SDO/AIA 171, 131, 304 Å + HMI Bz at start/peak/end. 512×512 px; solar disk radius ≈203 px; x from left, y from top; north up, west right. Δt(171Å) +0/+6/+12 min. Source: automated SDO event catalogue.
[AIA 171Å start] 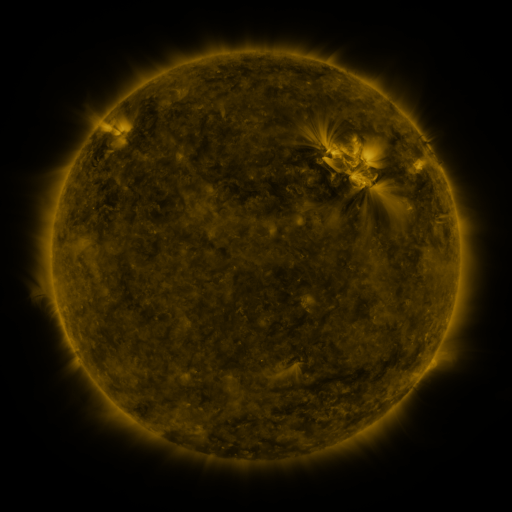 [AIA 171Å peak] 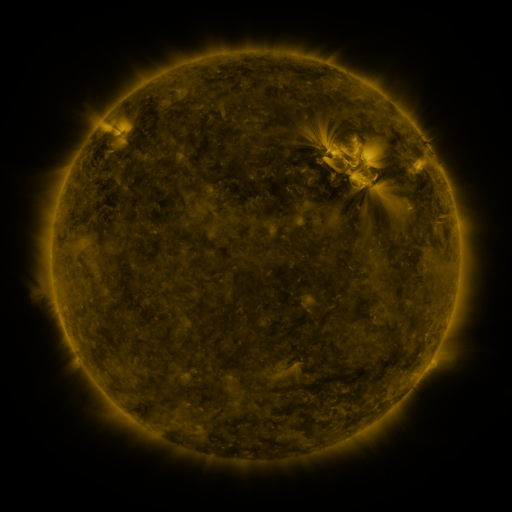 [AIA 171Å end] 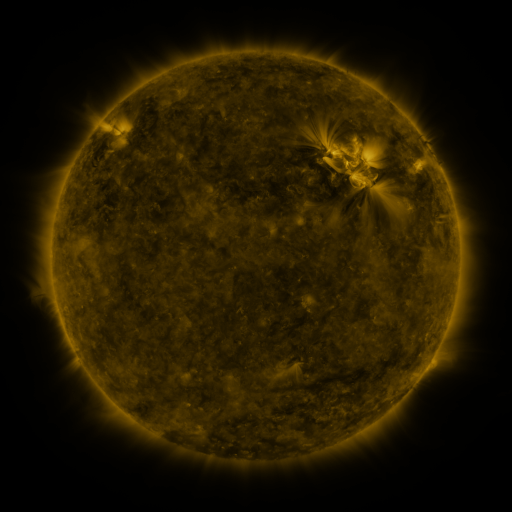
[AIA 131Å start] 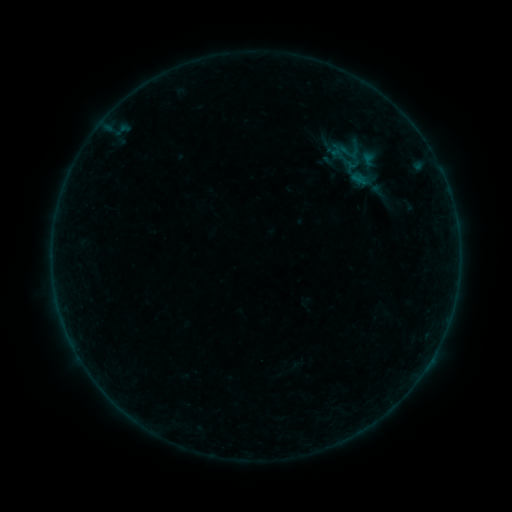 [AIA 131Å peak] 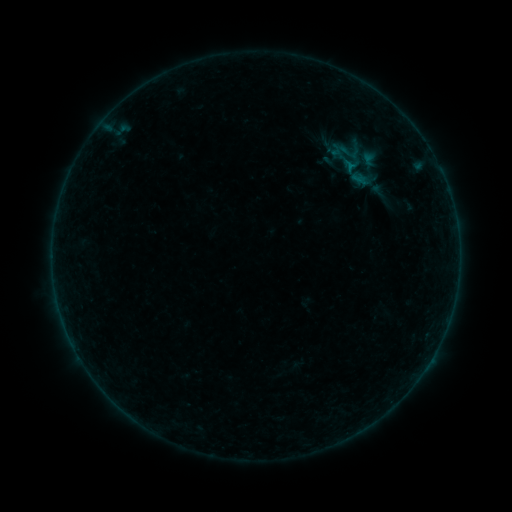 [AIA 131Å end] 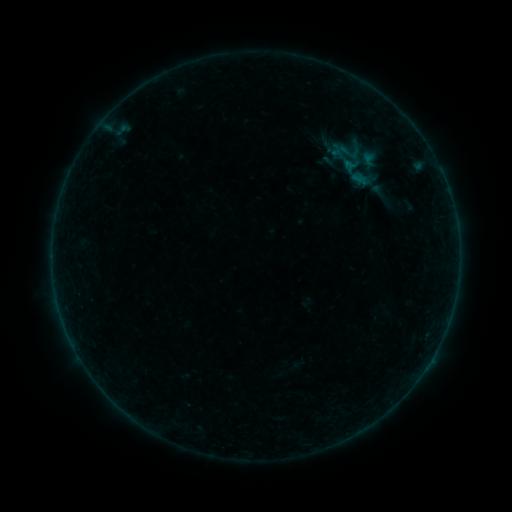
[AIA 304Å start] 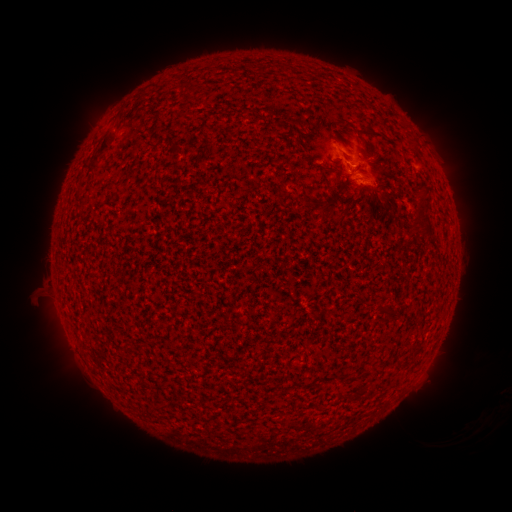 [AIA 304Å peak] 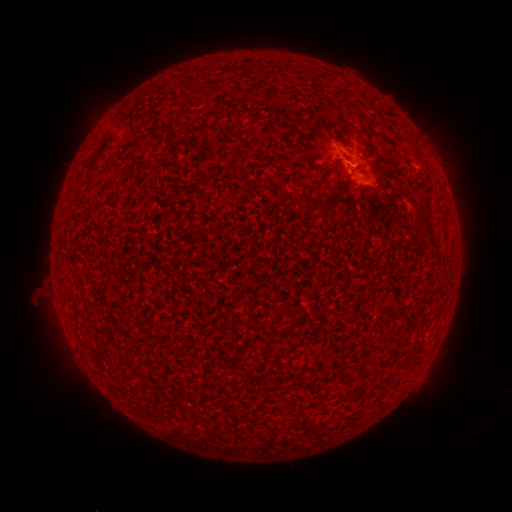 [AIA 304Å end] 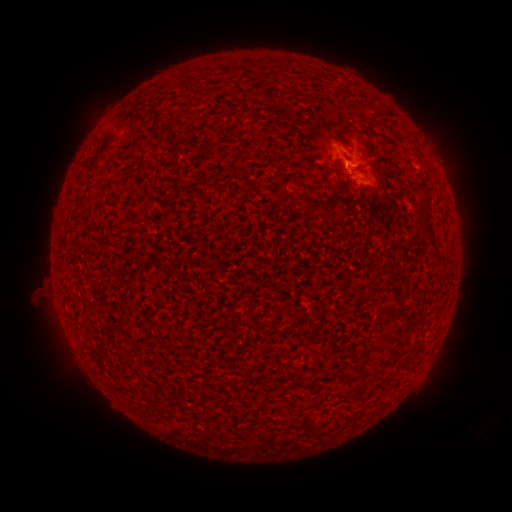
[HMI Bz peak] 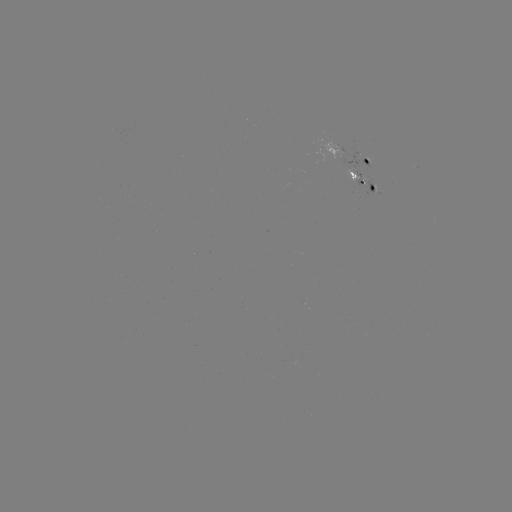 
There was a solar flare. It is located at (356, 180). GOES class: B2.1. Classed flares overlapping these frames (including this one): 1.